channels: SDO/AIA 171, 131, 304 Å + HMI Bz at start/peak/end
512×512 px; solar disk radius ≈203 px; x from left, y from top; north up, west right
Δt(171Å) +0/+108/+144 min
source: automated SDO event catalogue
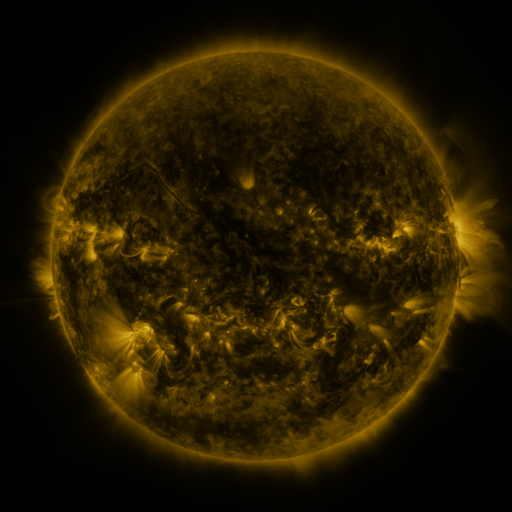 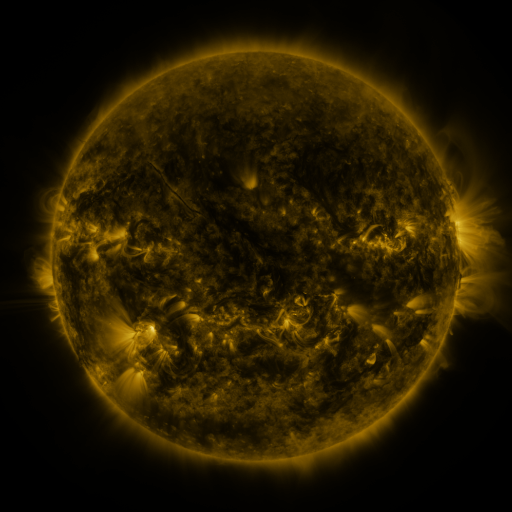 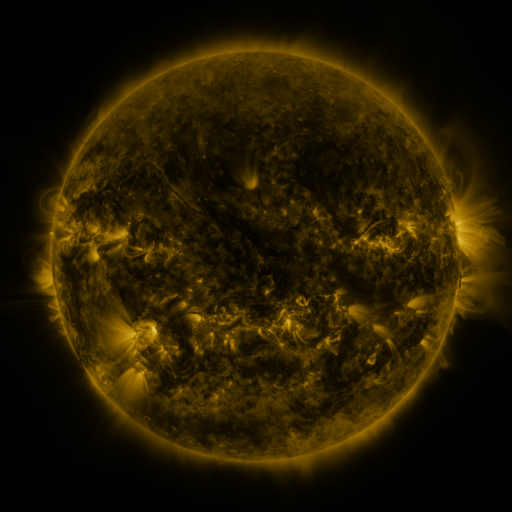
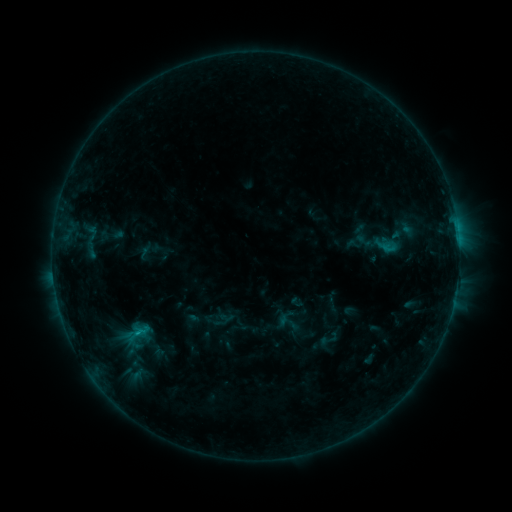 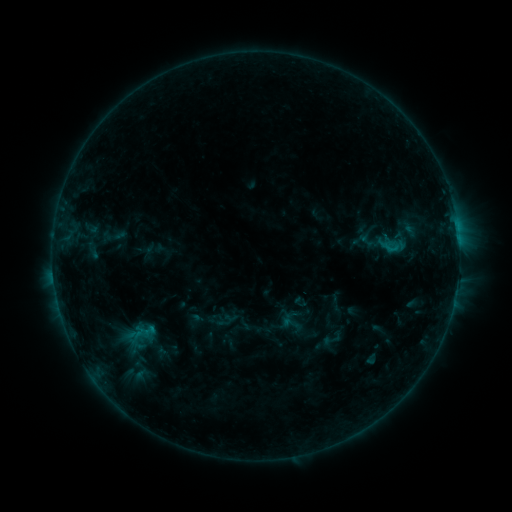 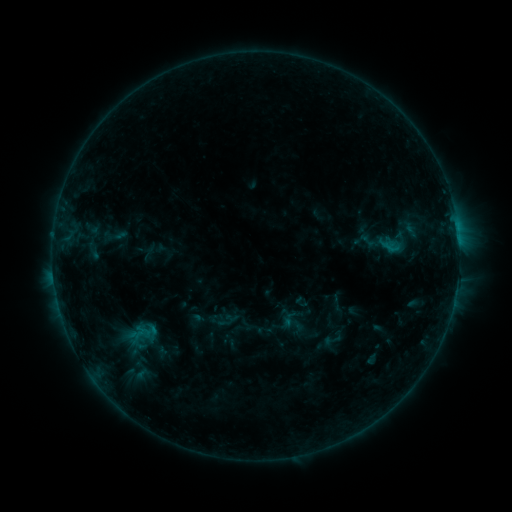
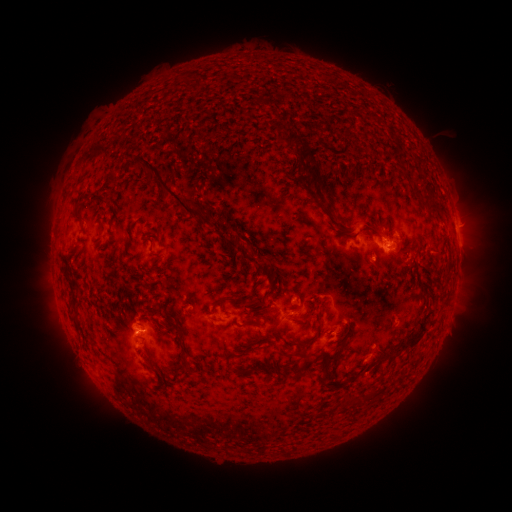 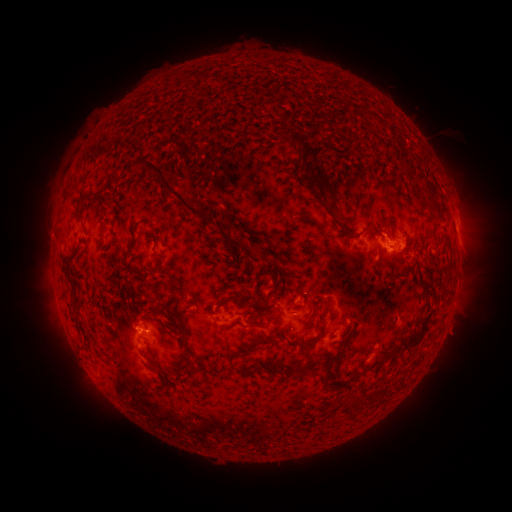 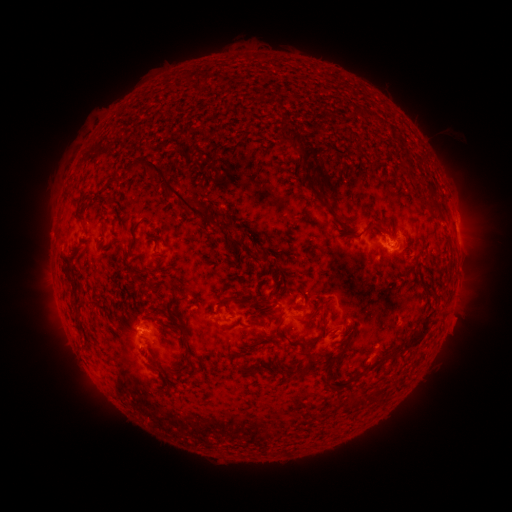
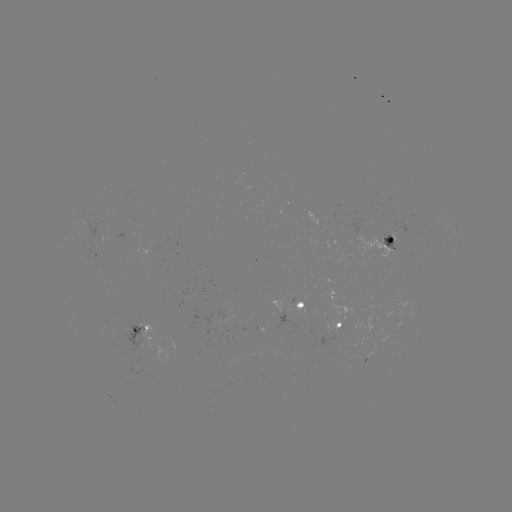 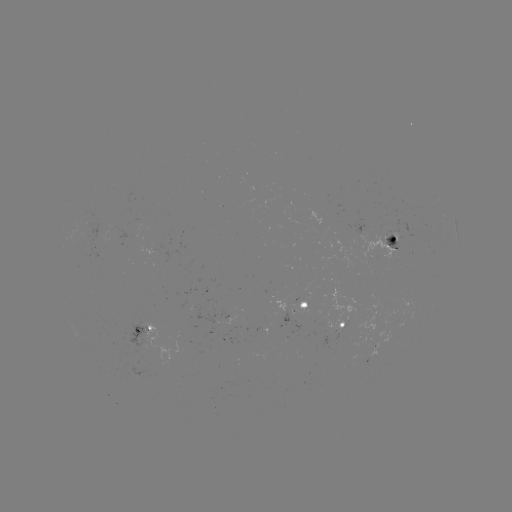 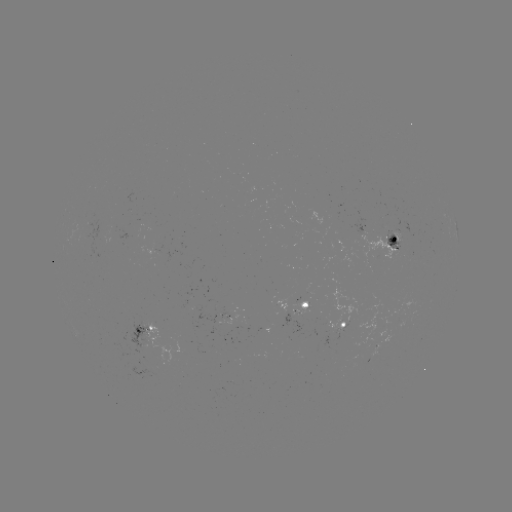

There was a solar emerging-flux region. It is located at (378, 251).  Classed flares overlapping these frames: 1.